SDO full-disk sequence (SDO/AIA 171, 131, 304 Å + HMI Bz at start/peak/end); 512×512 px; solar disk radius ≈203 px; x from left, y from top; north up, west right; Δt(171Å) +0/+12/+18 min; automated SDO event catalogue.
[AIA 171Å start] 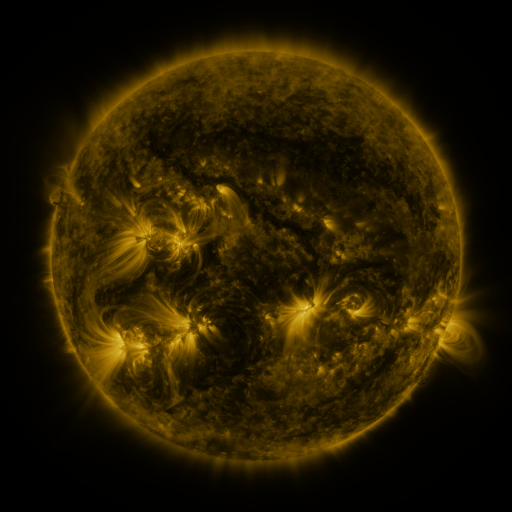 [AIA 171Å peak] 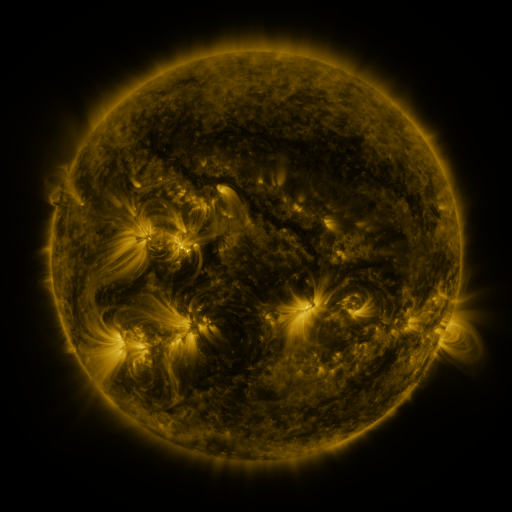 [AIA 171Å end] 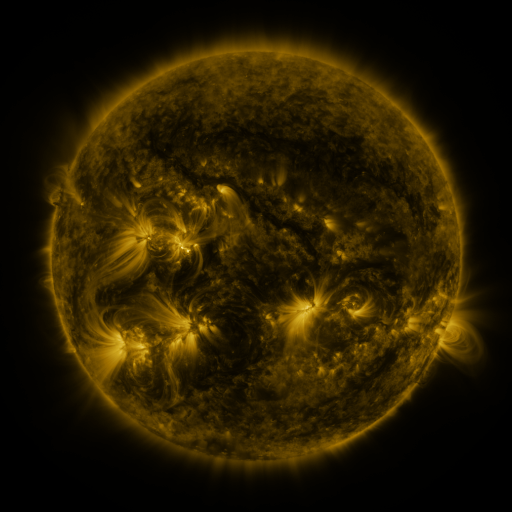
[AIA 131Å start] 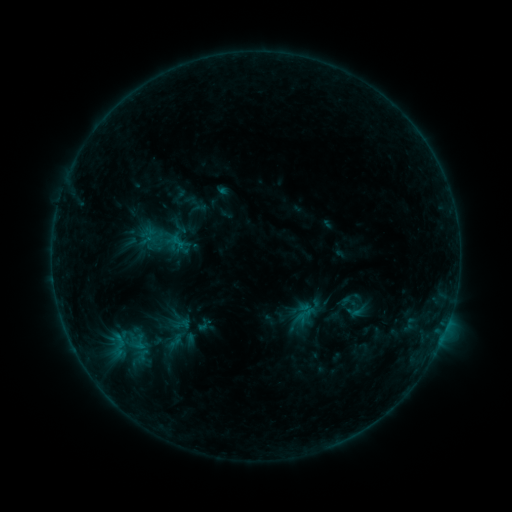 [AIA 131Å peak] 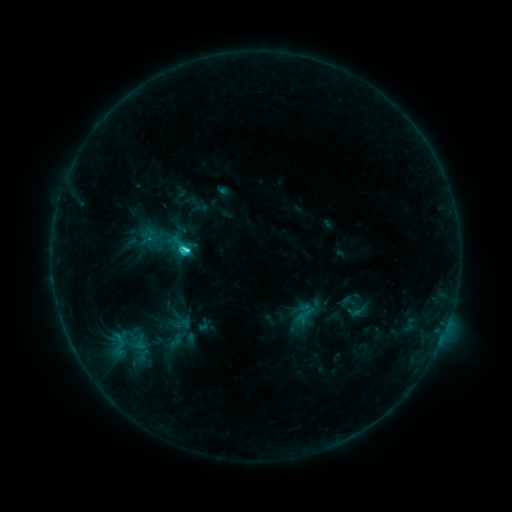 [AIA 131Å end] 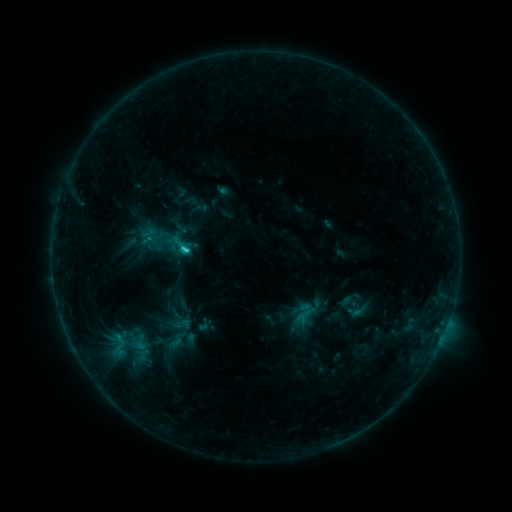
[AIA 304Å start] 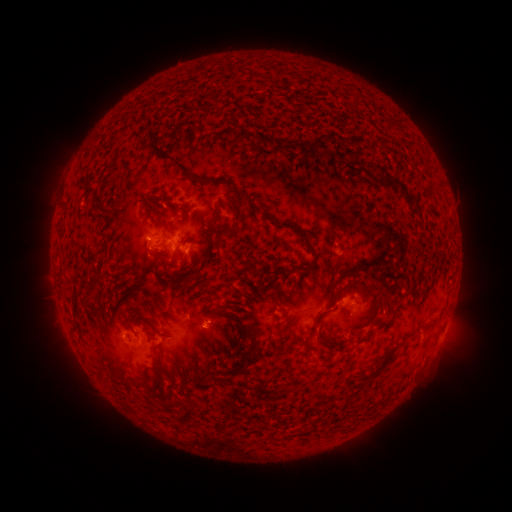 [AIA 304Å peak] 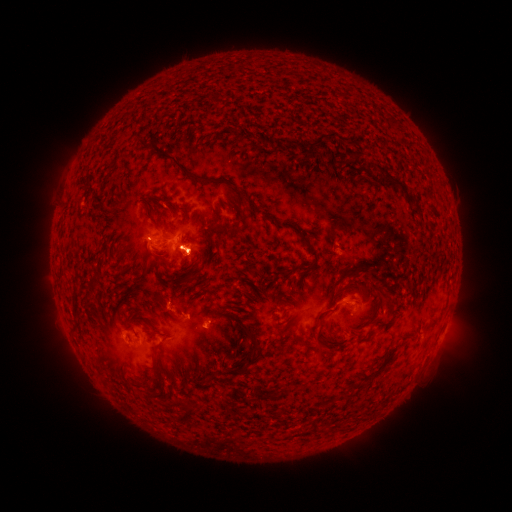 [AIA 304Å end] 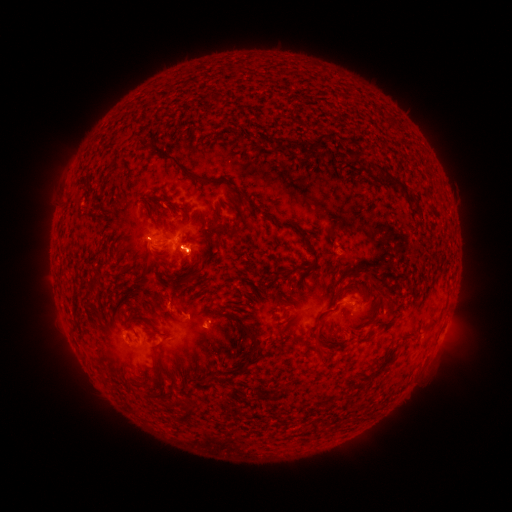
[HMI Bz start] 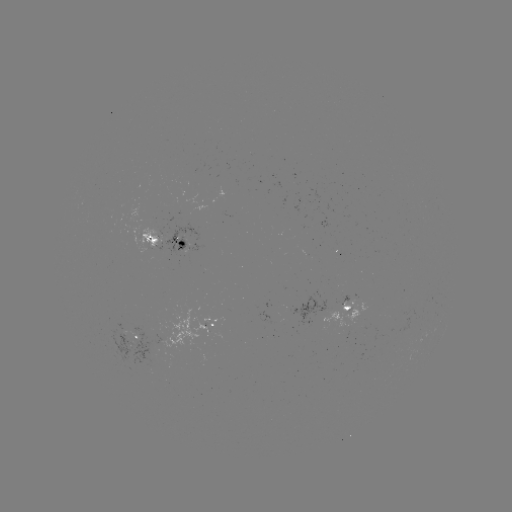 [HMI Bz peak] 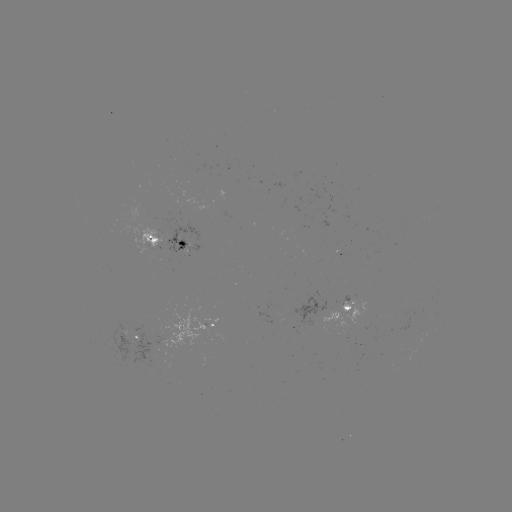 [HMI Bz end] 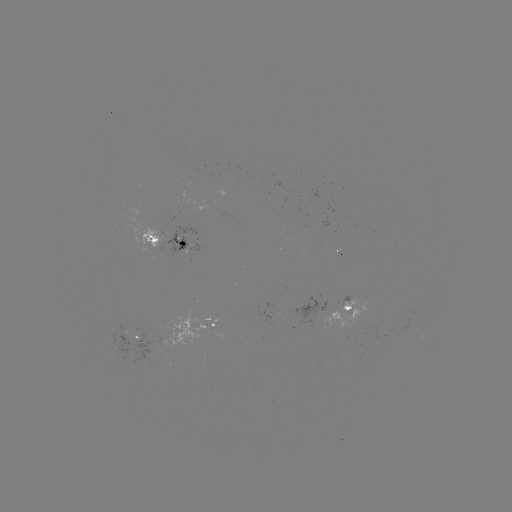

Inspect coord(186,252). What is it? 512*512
C2.6 flare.